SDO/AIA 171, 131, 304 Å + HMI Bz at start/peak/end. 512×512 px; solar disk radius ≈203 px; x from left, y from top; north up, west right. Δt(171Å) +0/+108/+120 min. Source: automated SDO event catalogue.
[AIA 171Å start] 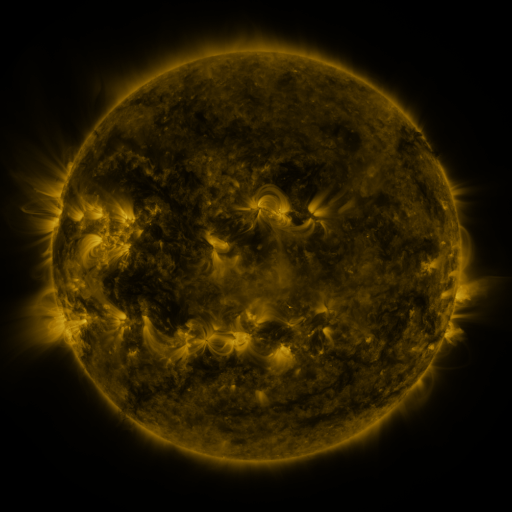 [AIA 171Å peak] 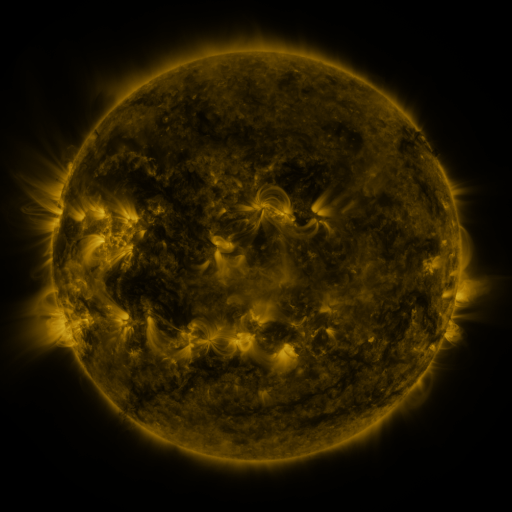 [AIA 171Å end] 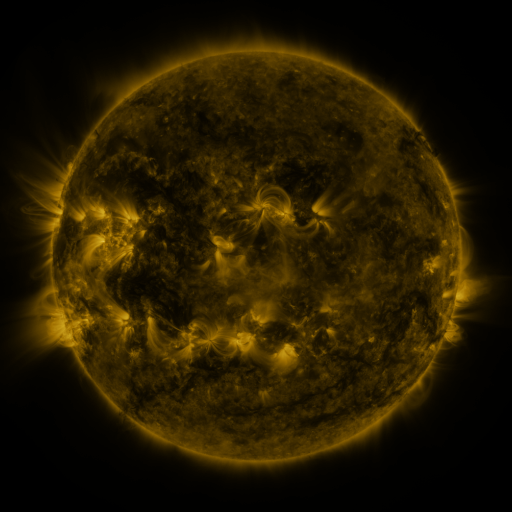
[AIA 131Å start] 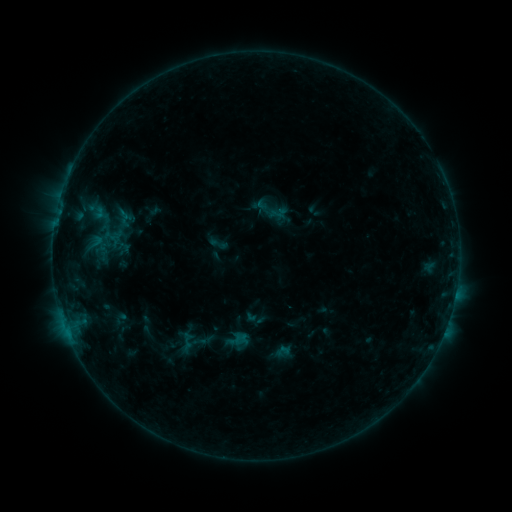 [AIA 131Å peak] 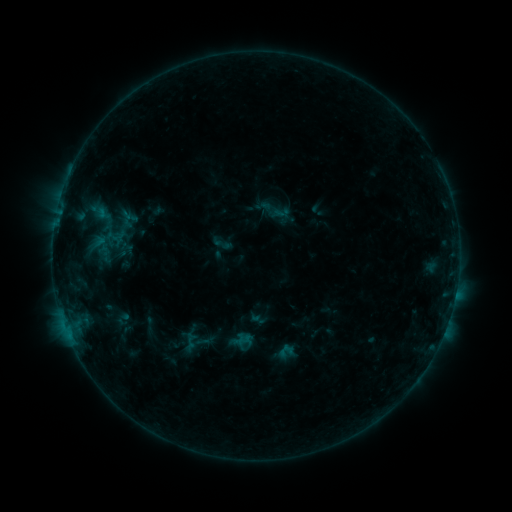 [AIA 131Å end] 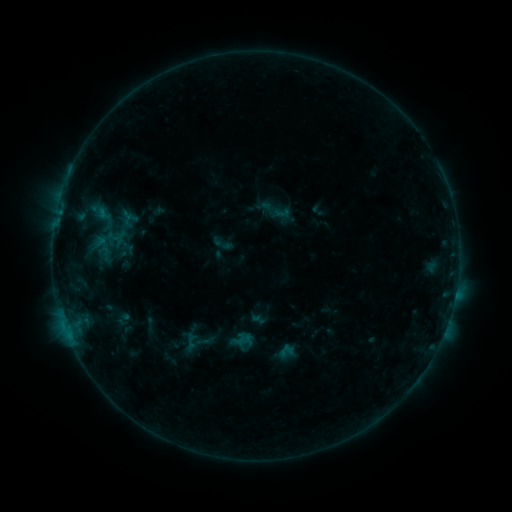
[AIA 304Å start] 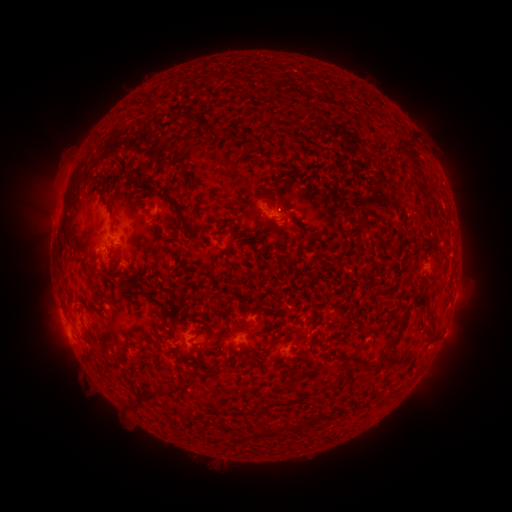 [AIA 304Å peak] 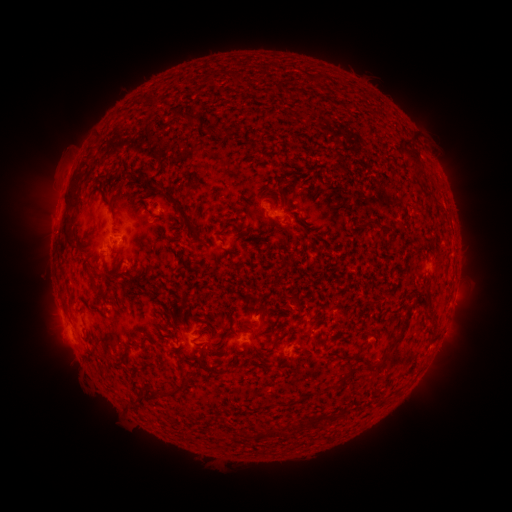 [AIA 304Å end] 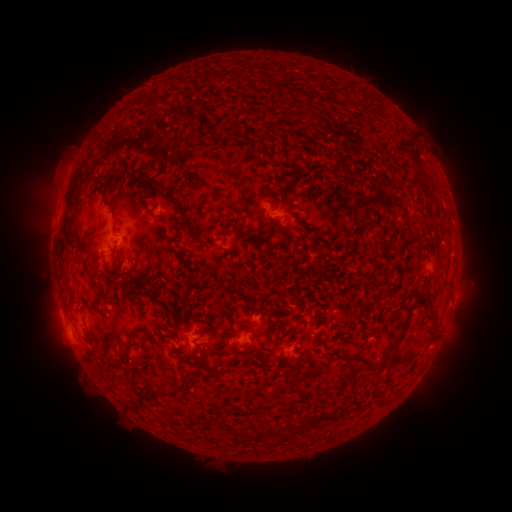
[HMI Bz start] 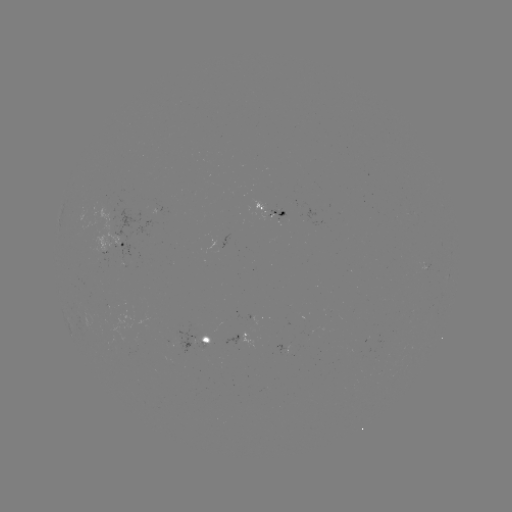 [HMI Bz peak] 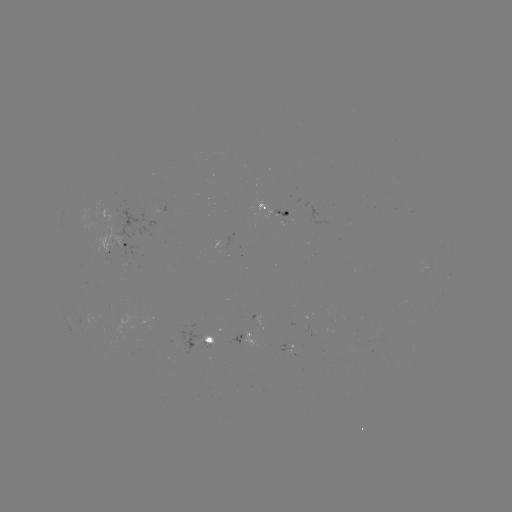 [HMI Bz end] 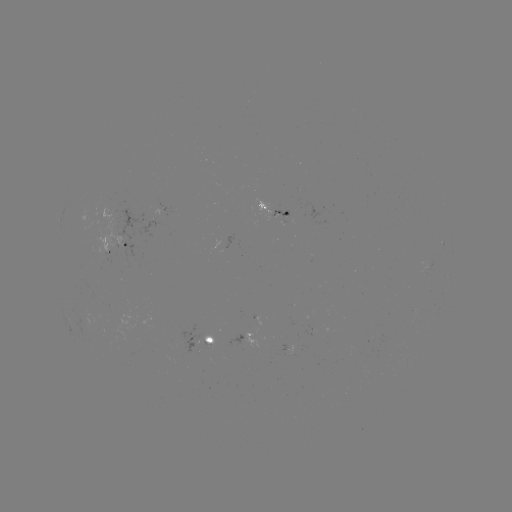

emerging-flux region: [199, 335, 214, 349]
